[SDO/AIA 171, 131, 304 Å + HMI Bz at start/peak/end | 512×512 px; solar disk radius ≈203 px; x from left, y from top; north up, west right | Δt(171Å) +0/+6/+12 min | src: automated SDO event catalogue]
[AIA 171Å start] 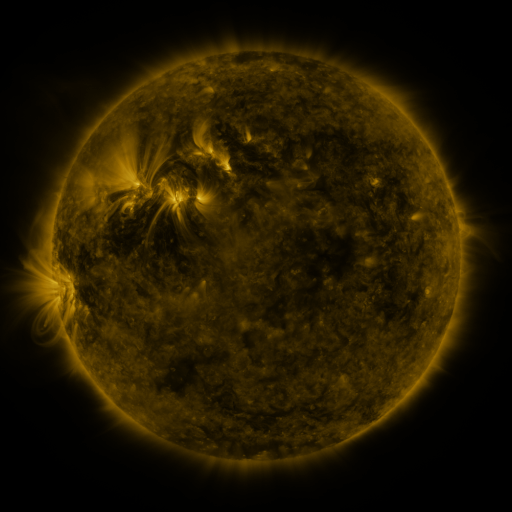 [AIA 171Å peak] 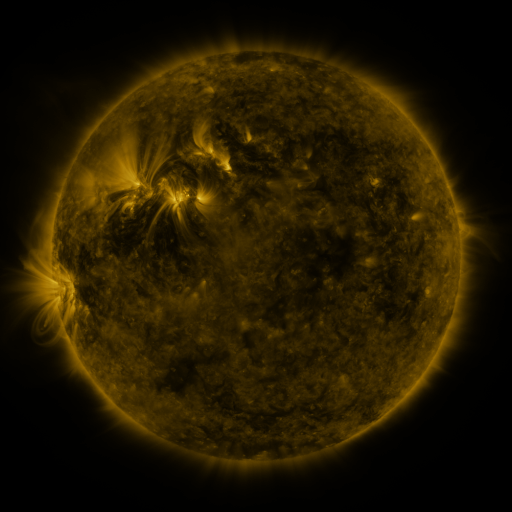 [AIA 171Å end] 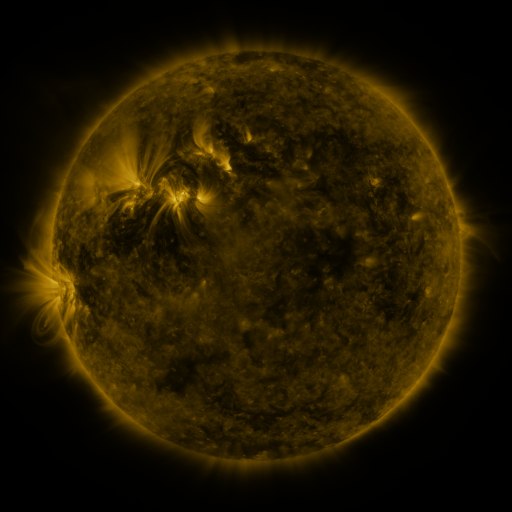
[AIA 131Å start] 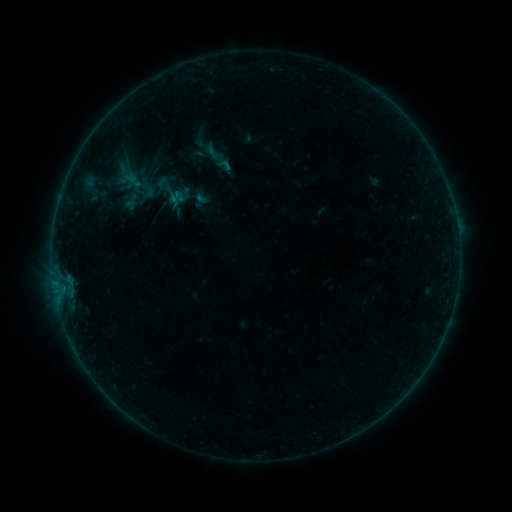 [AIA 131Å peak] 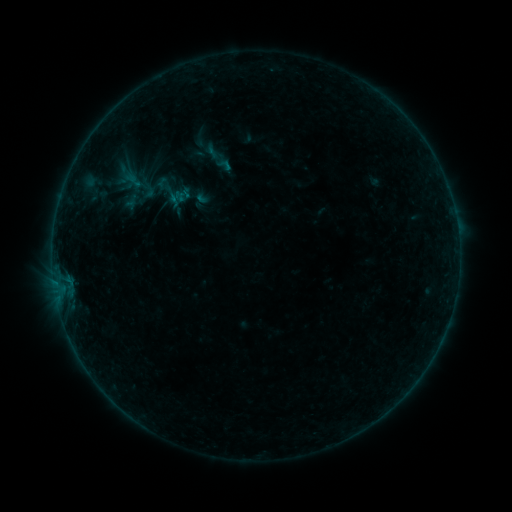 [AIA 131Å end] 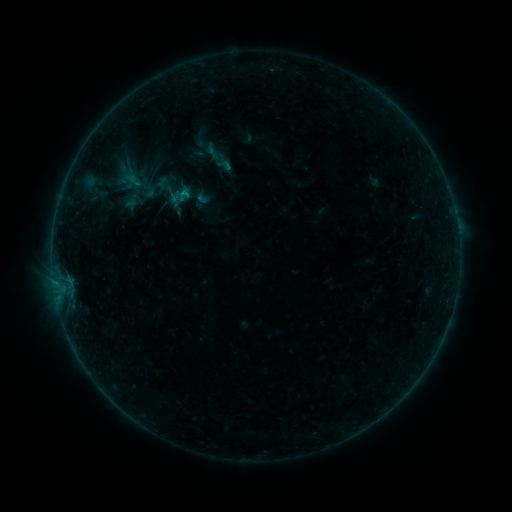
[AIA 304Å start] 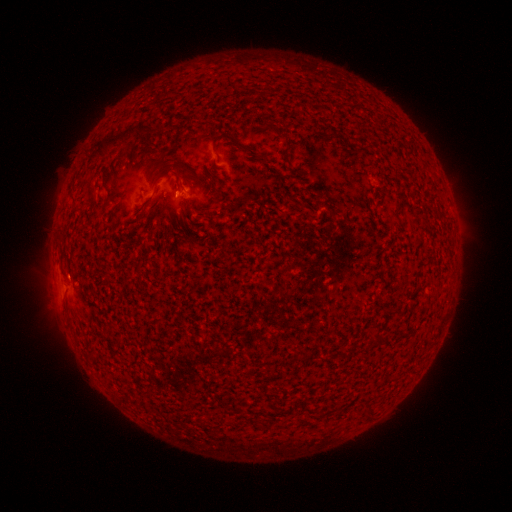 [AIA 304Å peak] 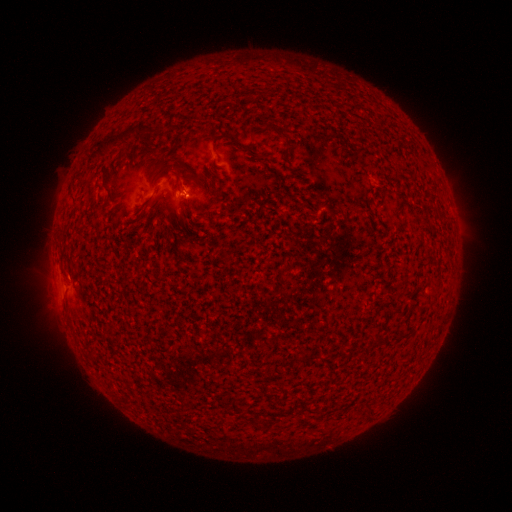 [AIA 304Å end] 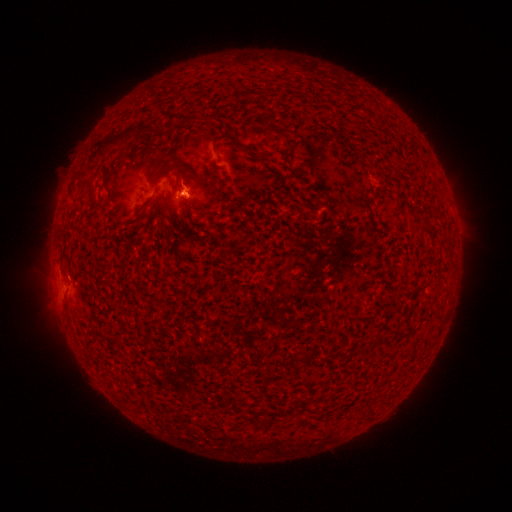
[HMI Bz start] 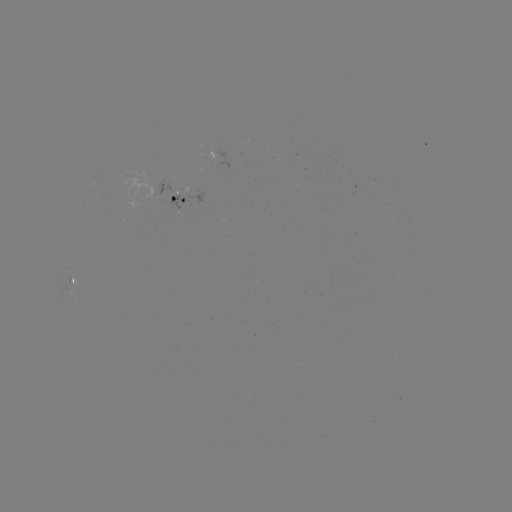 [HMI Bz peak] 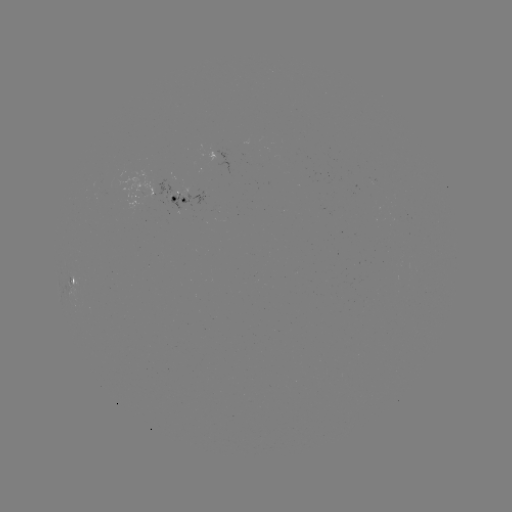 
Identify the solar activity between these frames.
B2.1 flare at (187, 197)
